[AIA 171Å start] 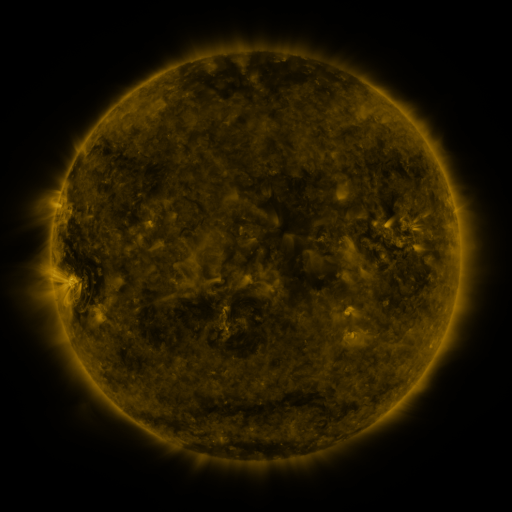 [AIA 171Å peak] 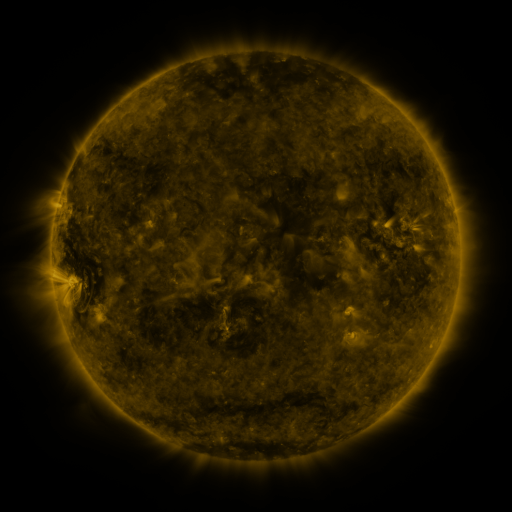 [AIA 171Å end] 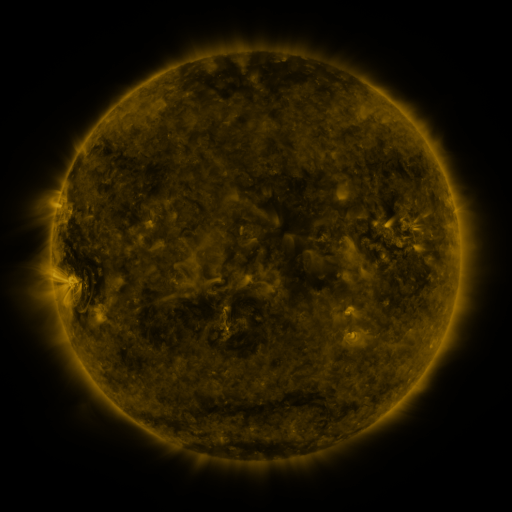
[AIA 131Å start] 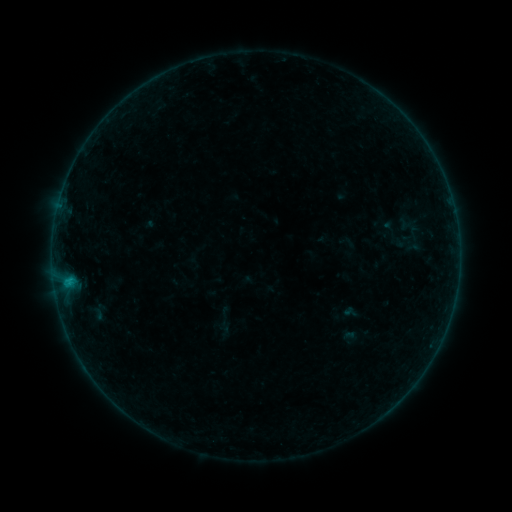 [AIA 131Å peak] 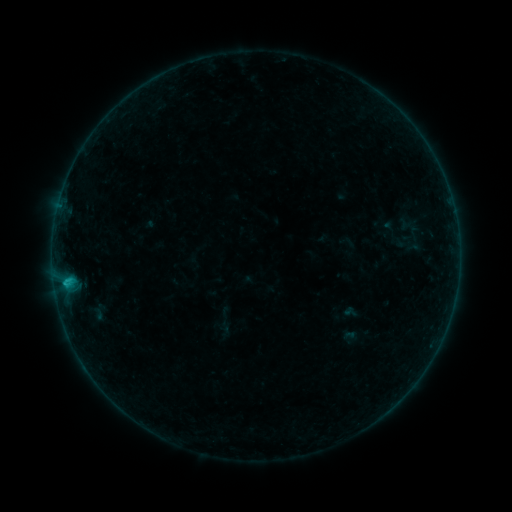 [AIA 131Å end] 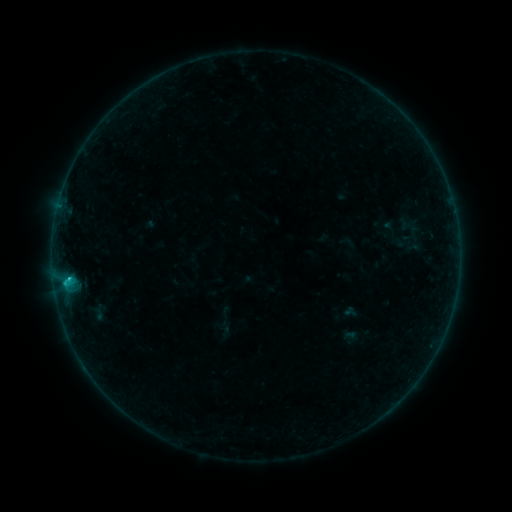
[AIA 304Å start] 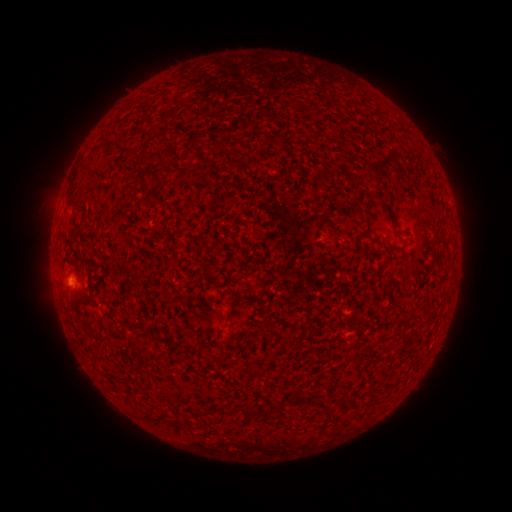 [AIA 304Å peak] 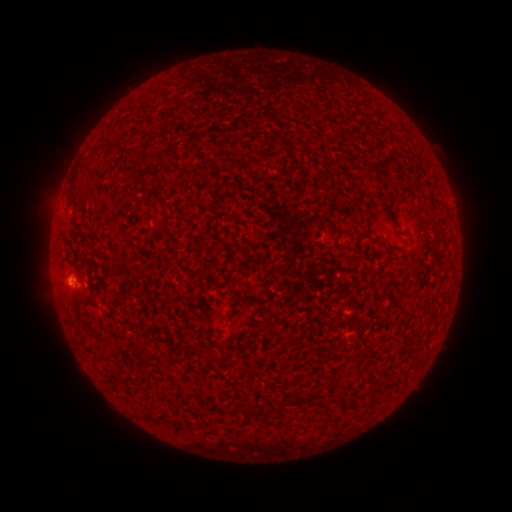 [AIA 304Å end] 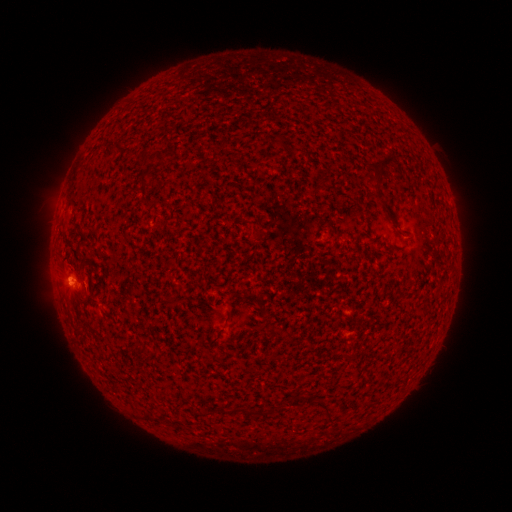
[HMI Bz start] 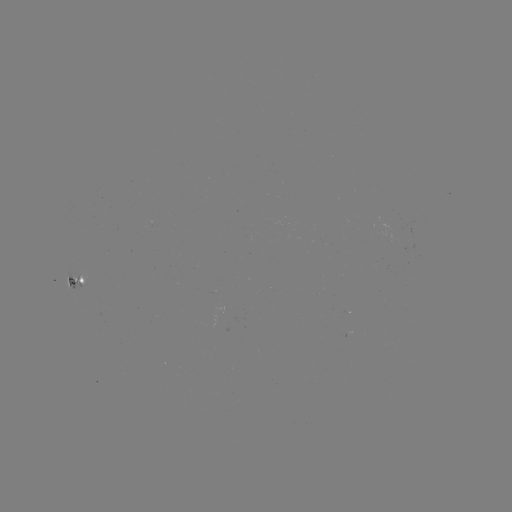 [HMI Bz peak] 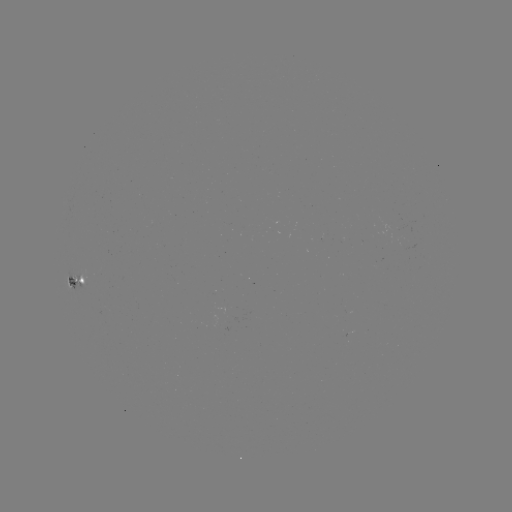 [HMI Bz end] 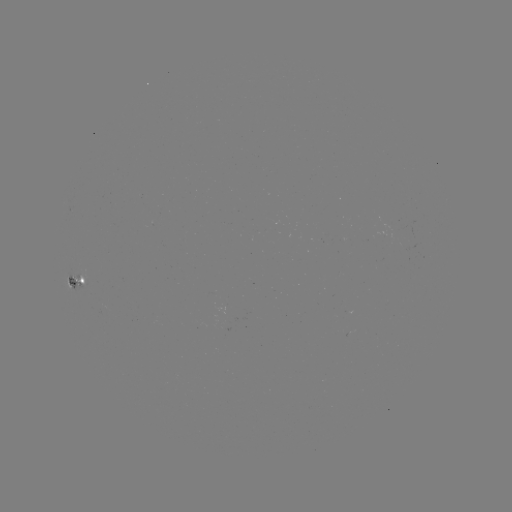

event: flare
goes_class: B9.2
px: (69, 278)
